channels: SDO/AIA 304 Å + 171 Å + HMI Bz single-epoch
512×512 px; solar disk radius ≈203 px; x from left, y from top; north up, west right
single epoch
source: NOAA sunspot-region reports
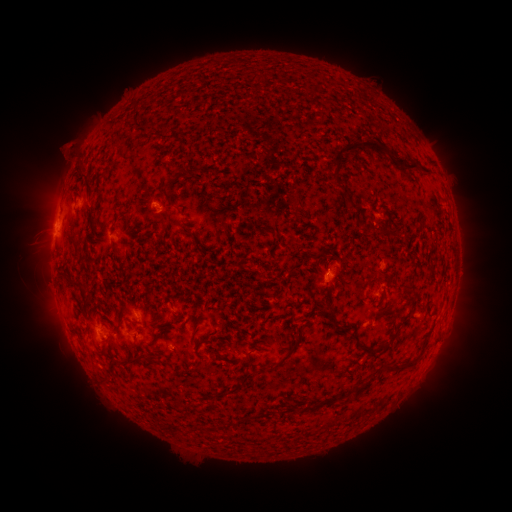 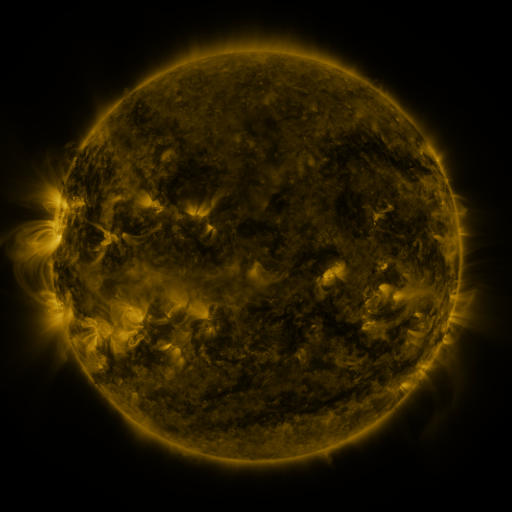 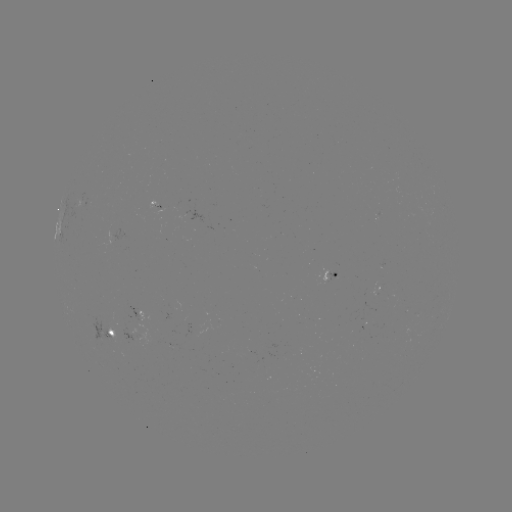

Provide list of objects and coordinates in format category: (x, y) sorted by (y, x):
spotted active region: (155, 200)
spotted active region: (61, 230)
spotted active region: (329, 276)
spotted active region: (381, 289)
spotted active region: (137, 311)
spotted active region: (108, 327)
spotted active region: (147, 338)
